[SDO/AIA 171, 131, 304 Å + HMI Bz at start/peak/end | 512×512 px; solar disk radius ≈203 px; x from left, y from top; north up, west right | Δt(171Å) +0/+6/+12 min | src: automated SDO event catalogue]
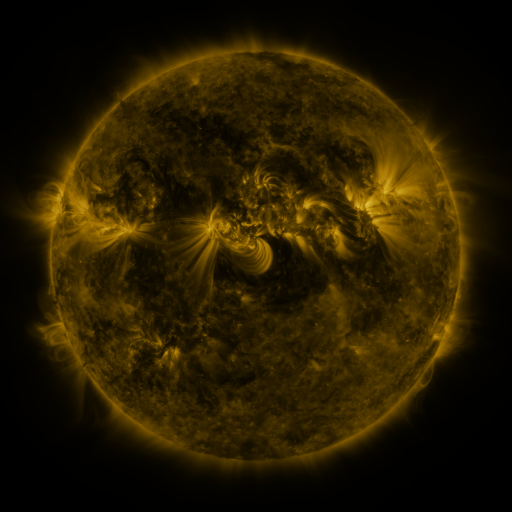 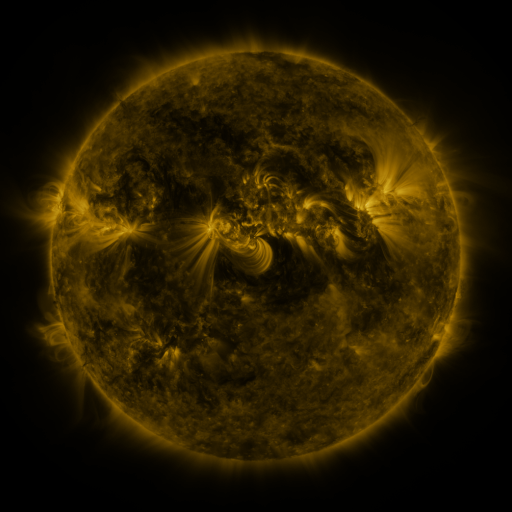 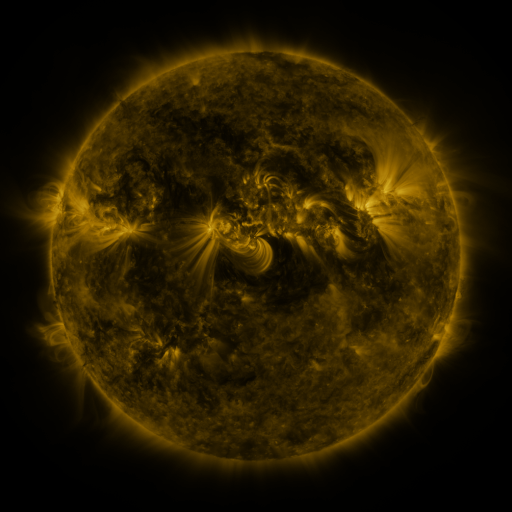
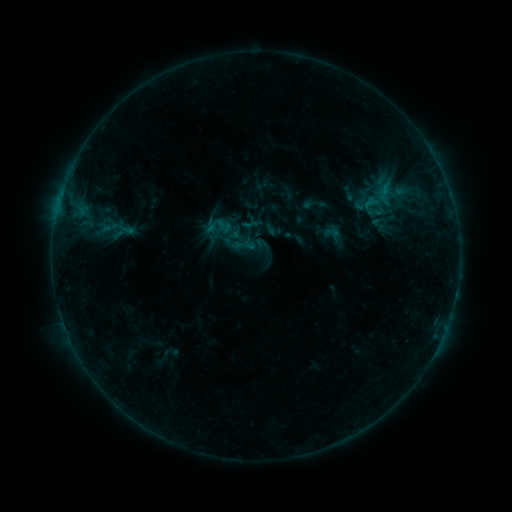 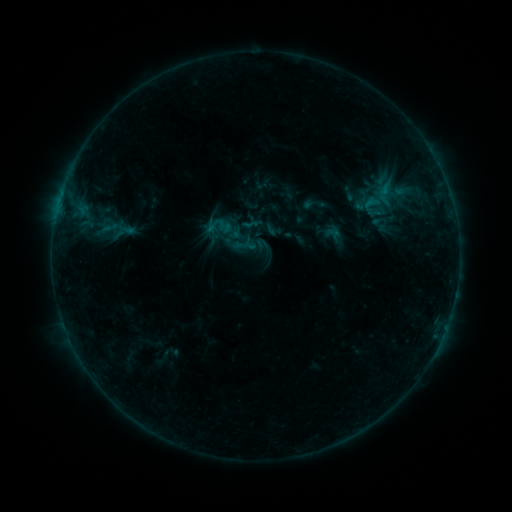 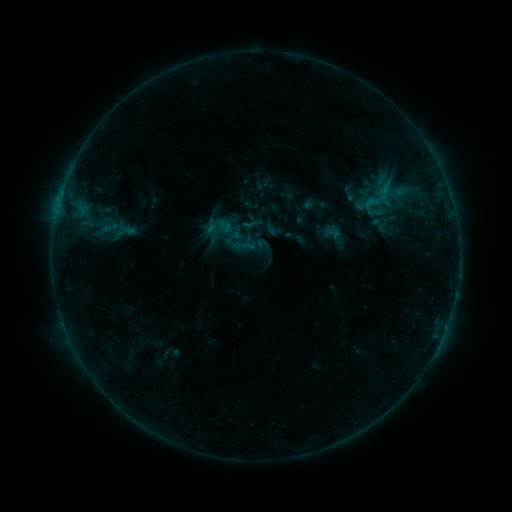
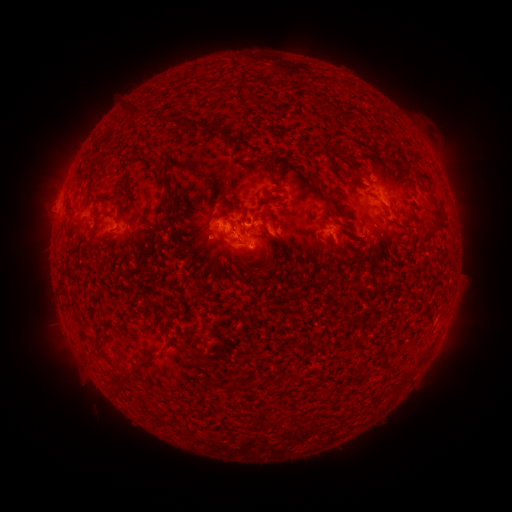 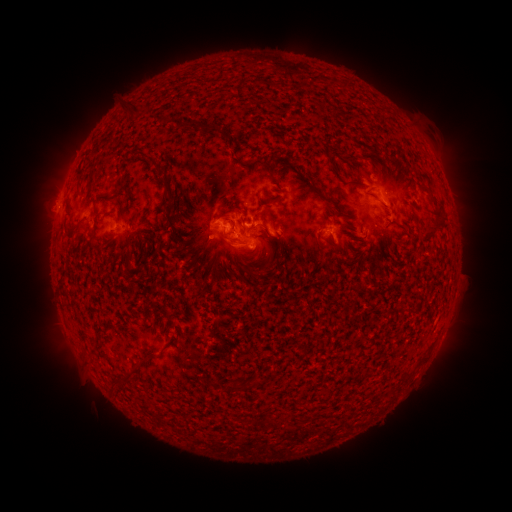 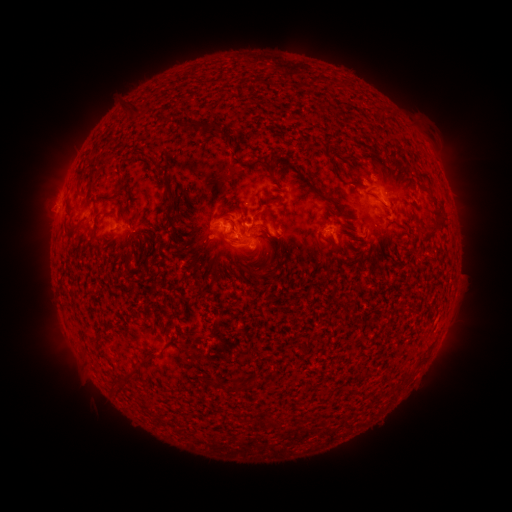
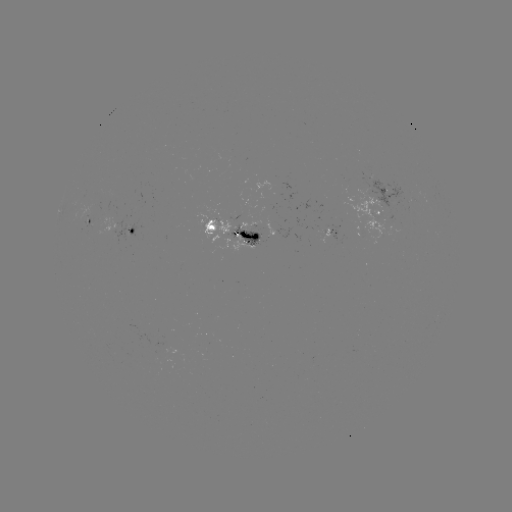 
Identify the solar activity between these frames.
no classed flare was catalogued and no EUV brightening was flagged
